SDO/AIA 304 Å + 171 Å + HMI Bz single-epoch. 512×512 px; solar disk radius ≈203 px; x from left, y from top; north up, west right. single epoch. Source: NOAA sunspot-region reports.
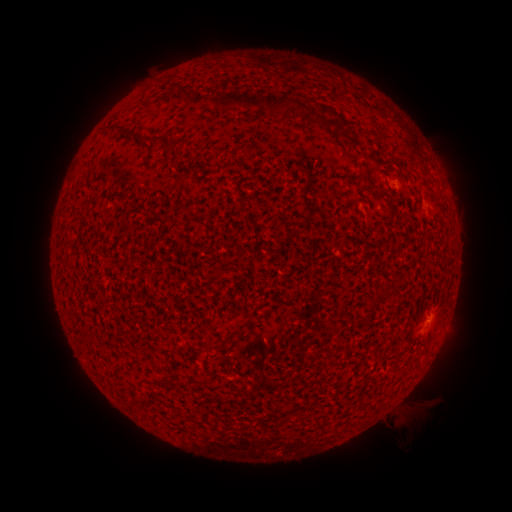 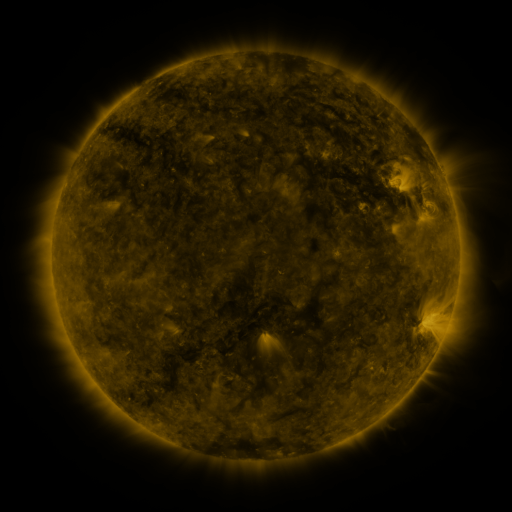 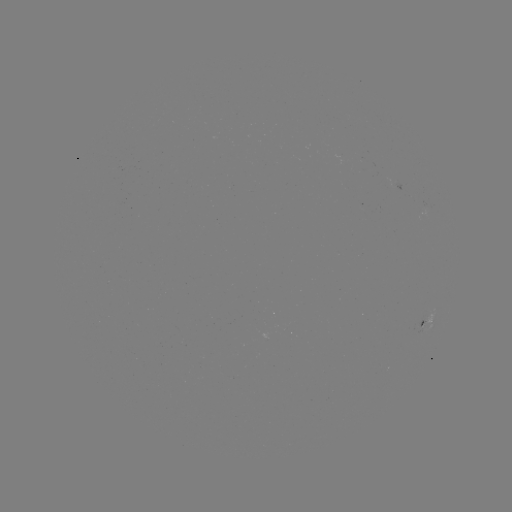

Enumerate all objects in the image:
spotted active region: (396, 186)
spotted active region: (424, 322)
